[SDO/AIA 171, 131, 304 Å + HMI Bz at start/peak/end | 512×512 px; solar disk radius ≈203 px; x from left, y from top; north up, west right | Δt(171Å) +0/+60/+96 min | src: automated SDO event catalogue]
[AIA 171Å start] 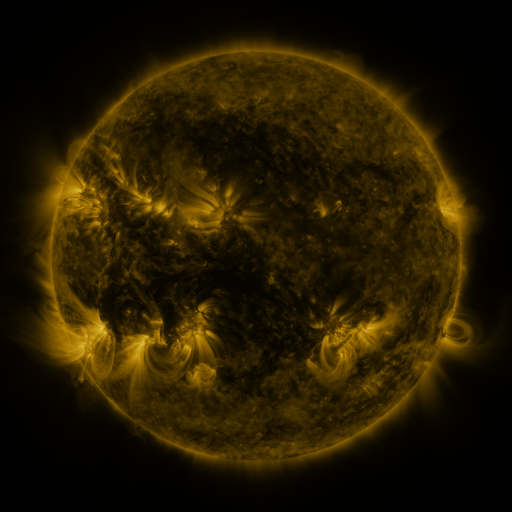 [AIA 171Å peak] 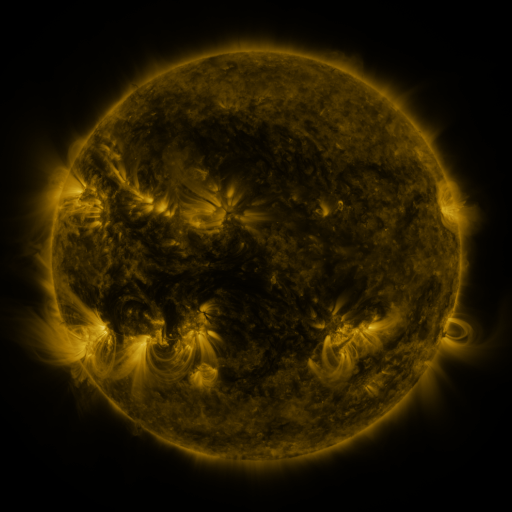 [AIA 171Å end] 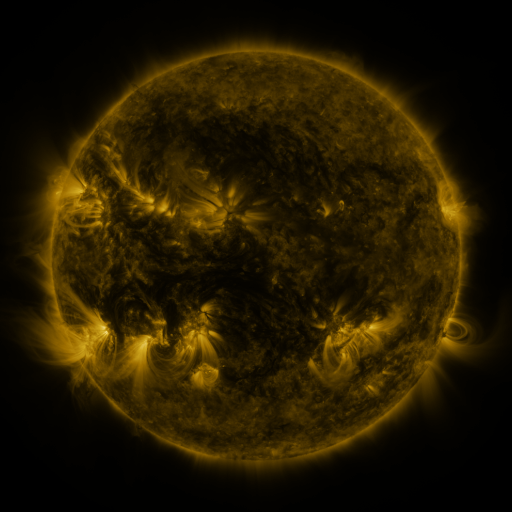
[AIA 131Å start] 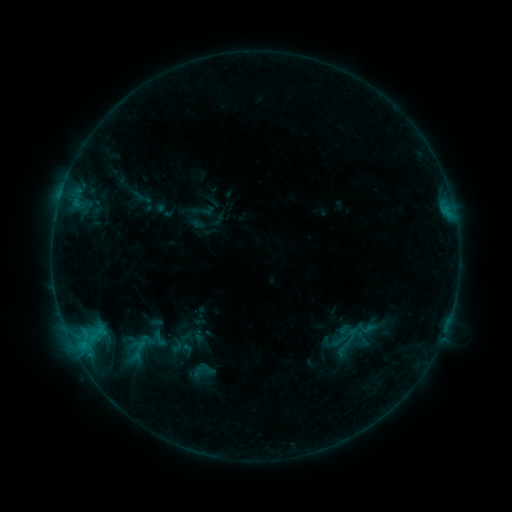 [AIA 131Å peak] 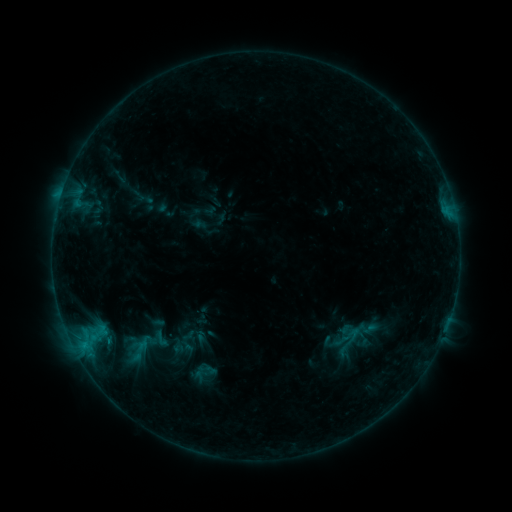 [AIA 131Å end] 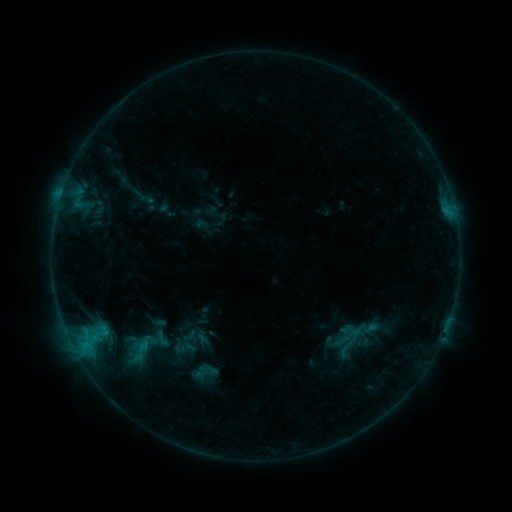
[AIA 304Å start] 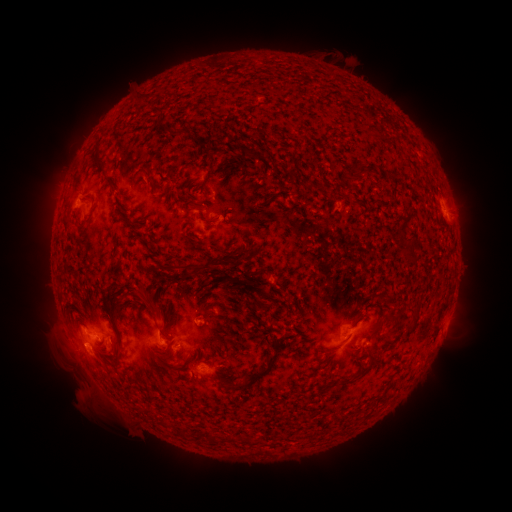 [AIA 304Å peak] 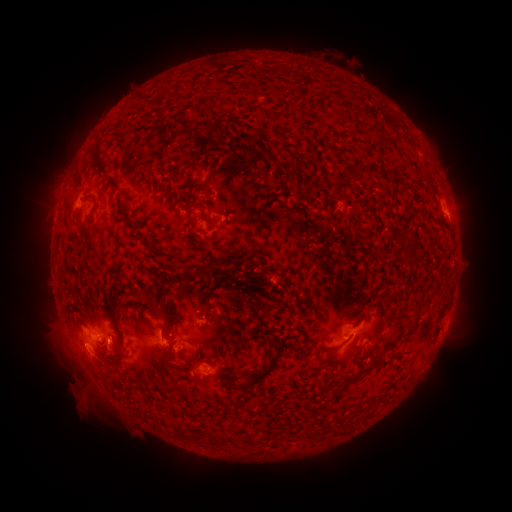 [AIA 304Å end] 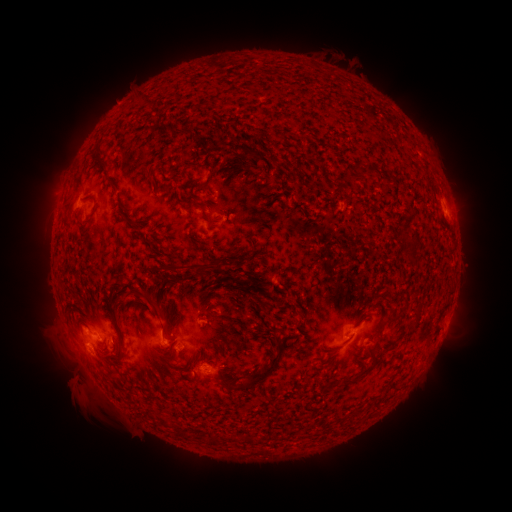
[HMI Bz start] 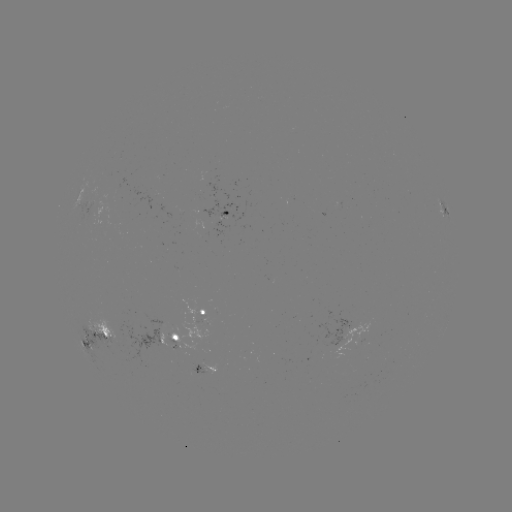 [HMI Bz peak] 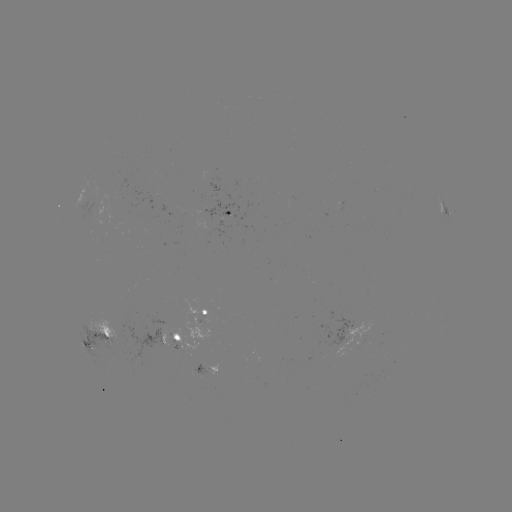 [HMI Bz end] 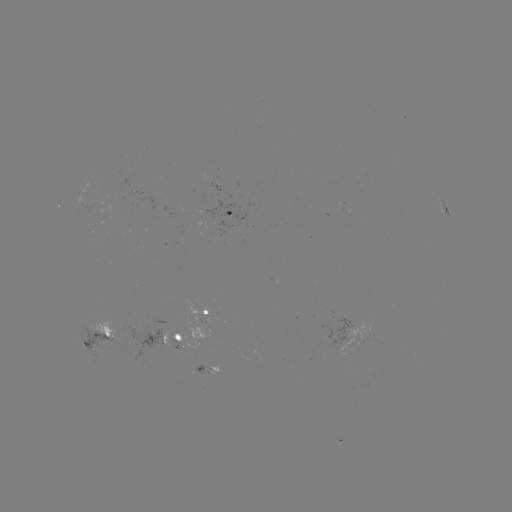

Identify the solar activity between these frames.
emerging-flux region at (226, 212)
